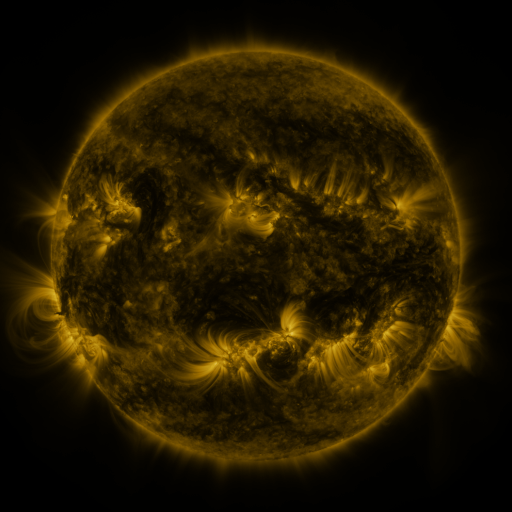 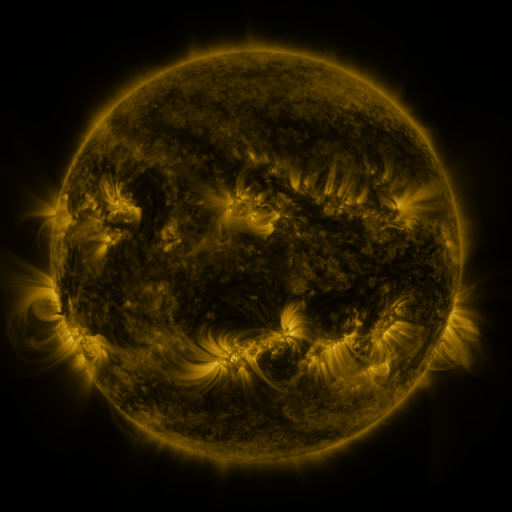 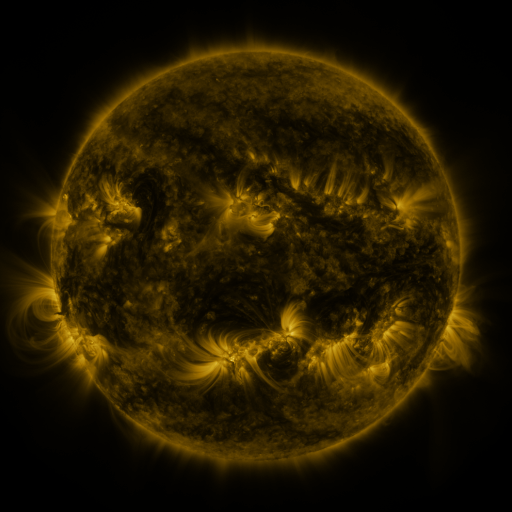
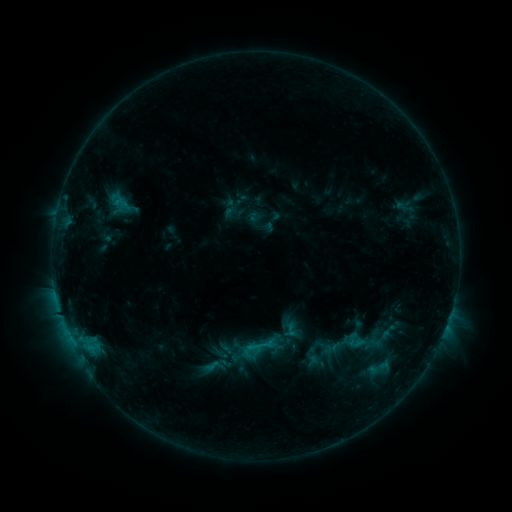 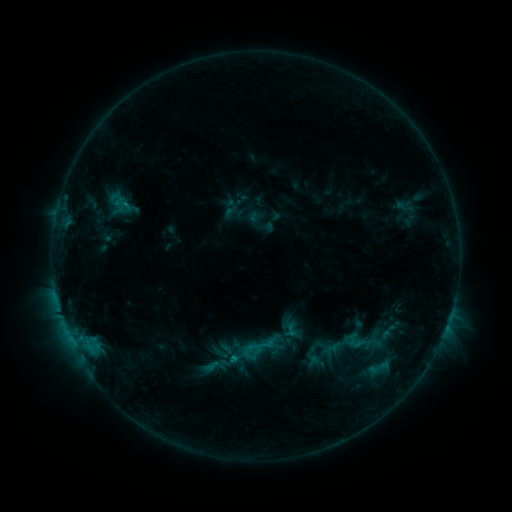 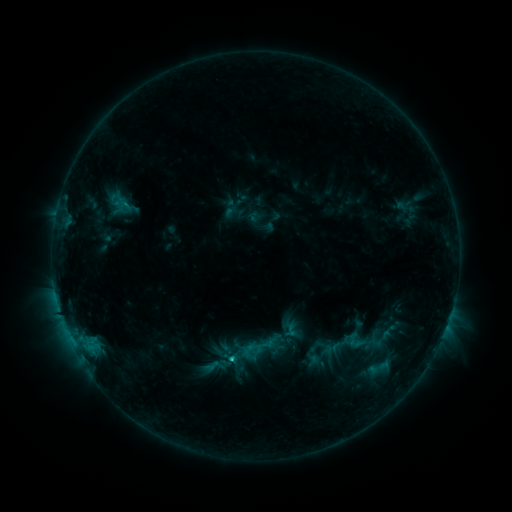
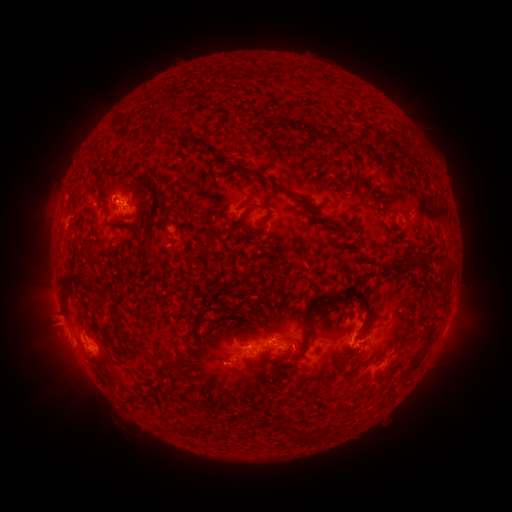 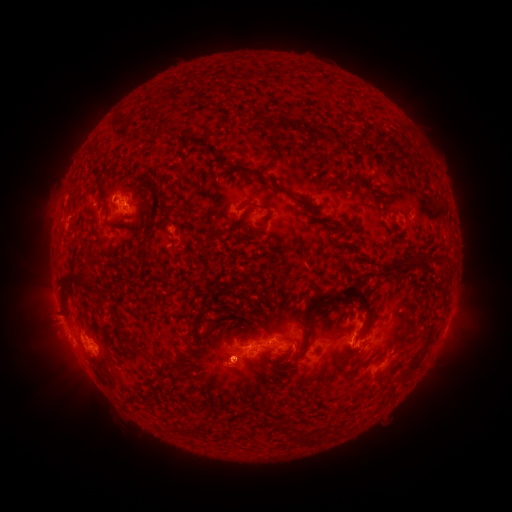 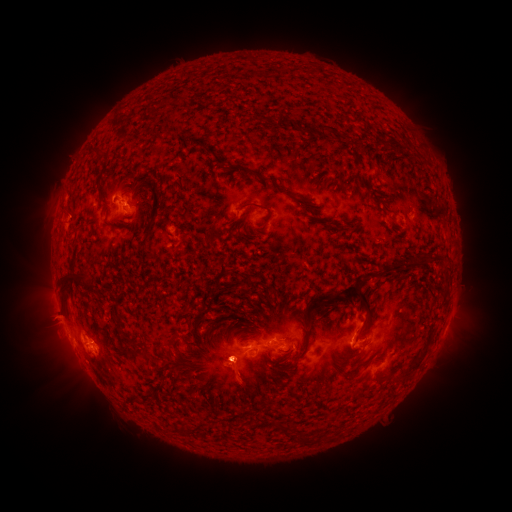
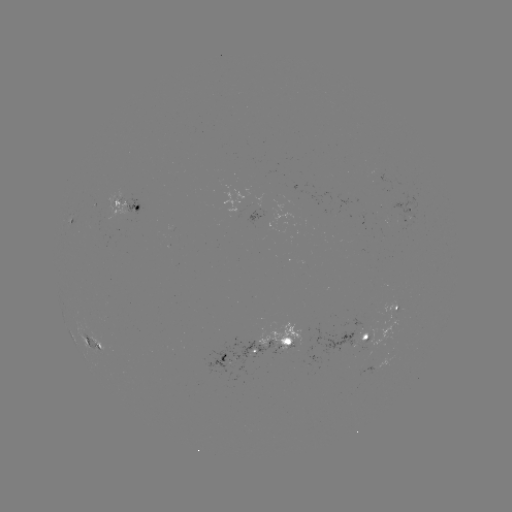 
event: eruption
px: (231, 299)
